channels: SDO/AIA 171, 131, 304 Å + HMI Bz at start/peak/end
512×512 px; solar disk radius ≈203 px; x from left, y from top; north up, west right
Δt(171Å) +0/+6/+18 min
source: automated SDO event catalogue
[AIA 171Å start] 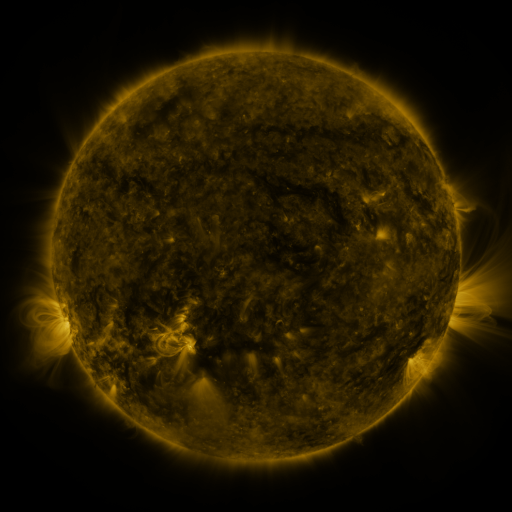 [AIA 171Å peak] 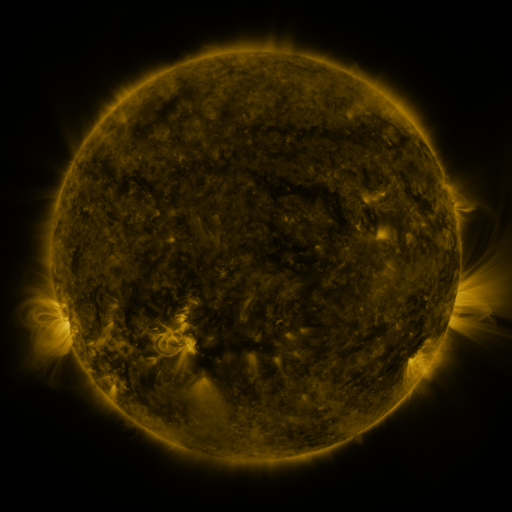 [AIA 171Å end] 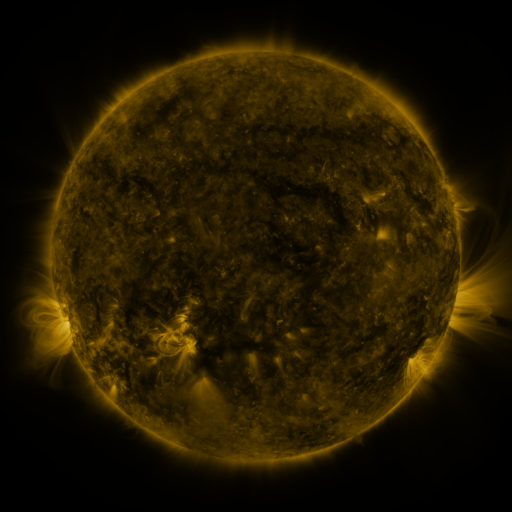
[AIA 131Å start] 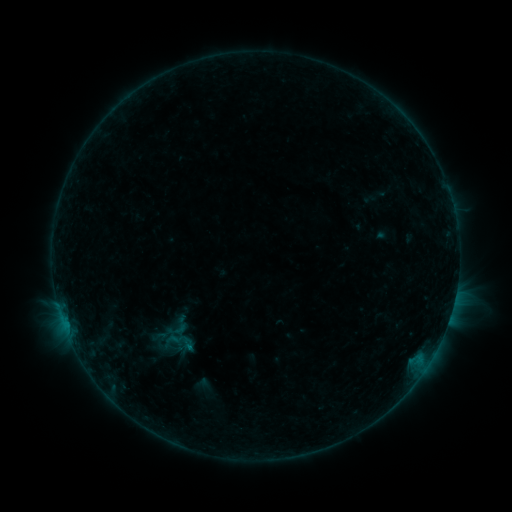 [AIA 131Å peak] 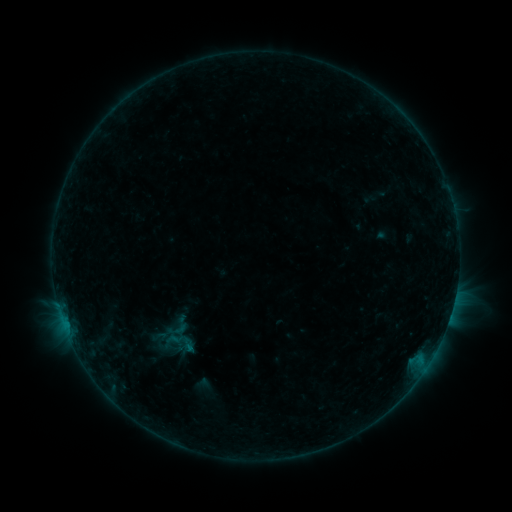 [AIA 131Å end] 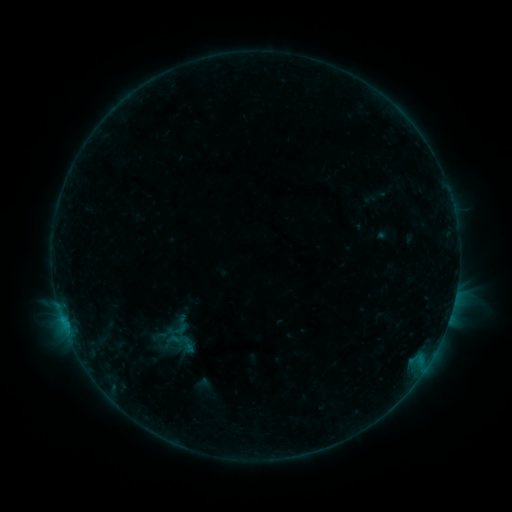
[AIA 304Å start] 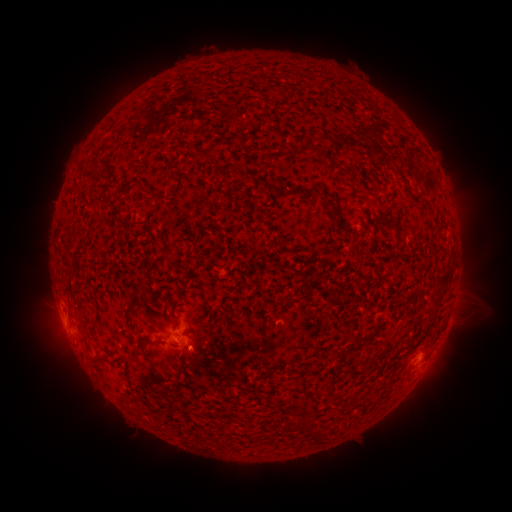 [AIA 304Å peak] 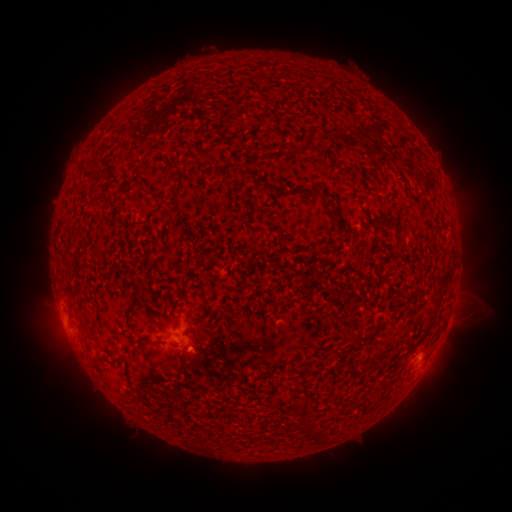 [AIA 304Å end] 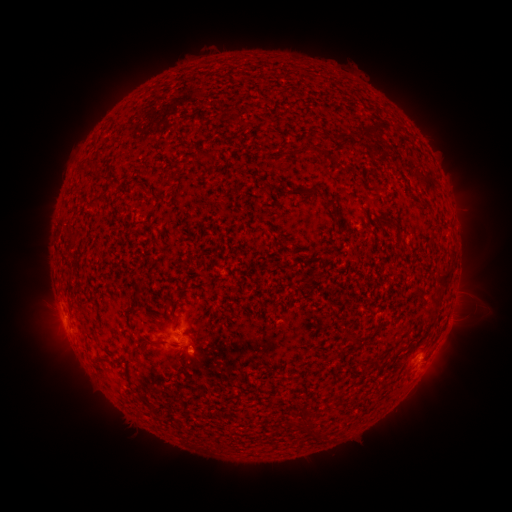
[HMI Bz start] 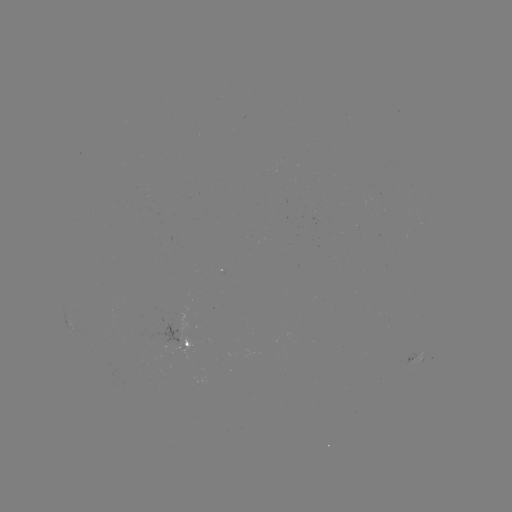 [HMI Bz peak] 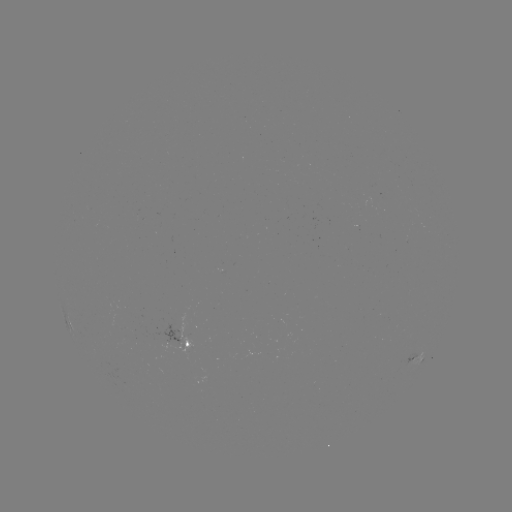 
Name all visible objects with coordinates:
eruption: (196, 357)
